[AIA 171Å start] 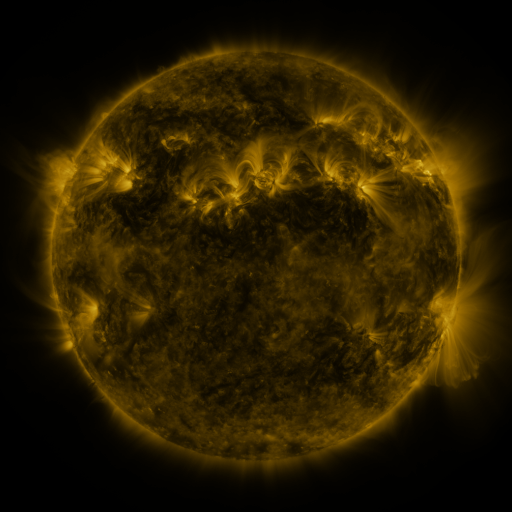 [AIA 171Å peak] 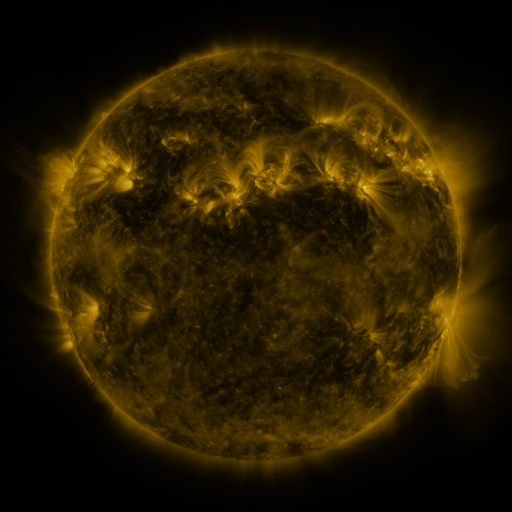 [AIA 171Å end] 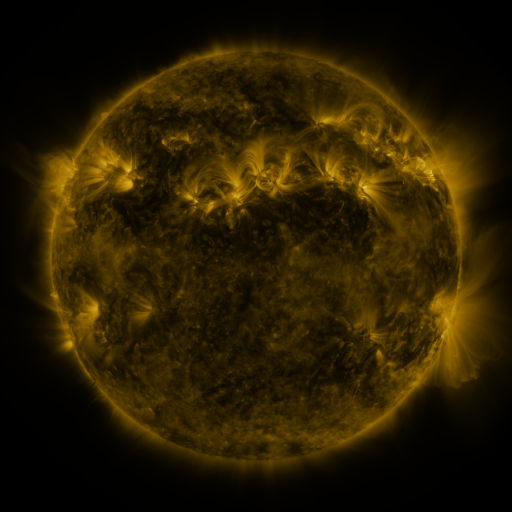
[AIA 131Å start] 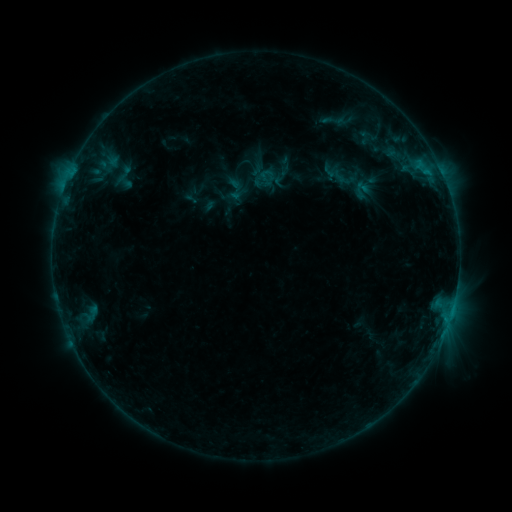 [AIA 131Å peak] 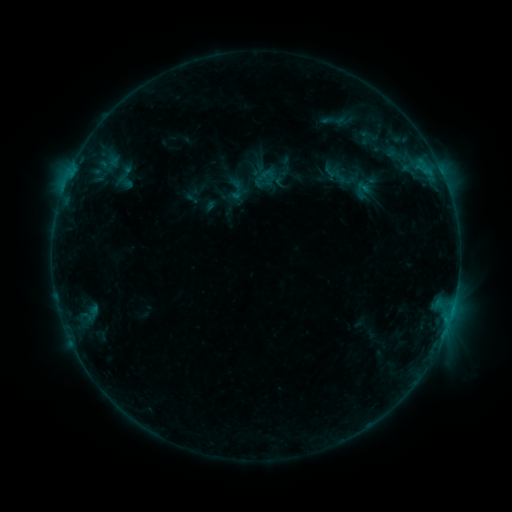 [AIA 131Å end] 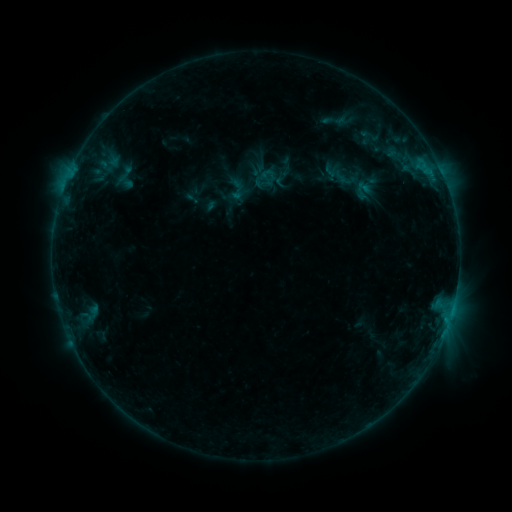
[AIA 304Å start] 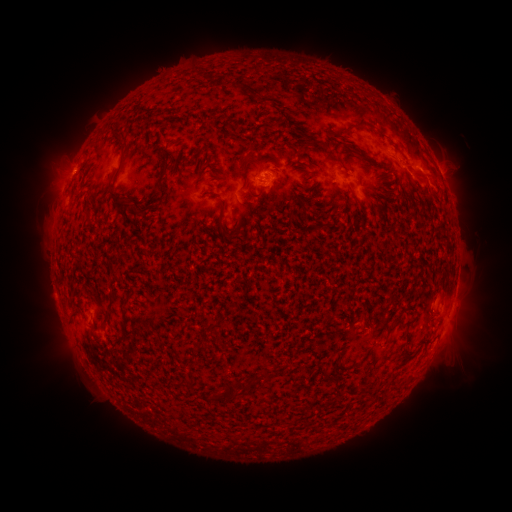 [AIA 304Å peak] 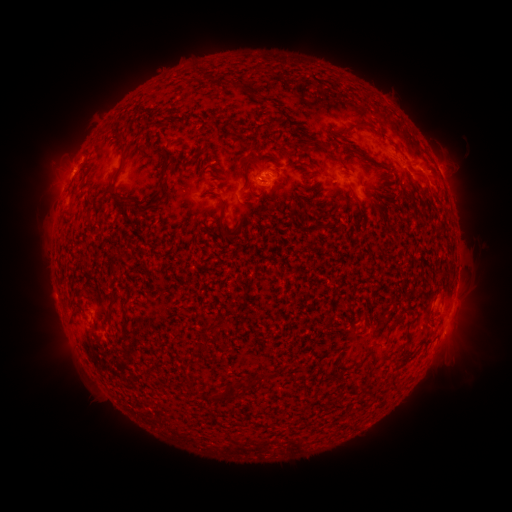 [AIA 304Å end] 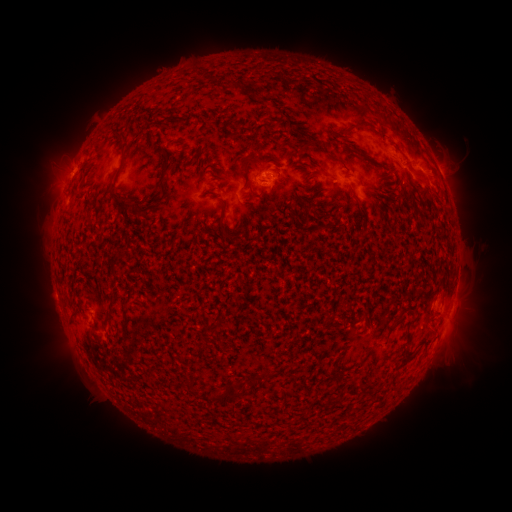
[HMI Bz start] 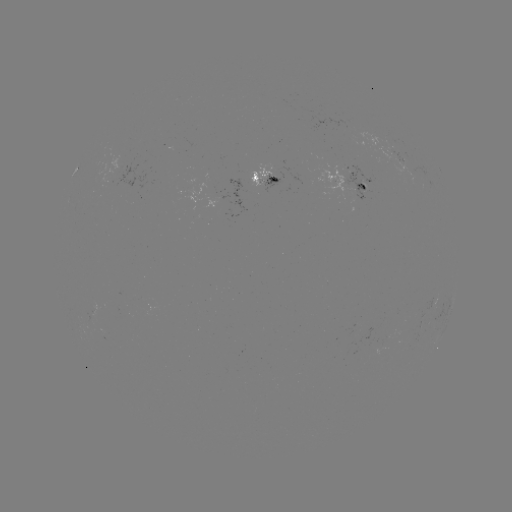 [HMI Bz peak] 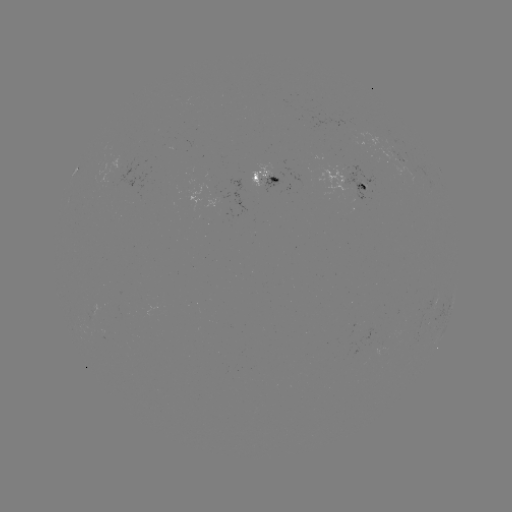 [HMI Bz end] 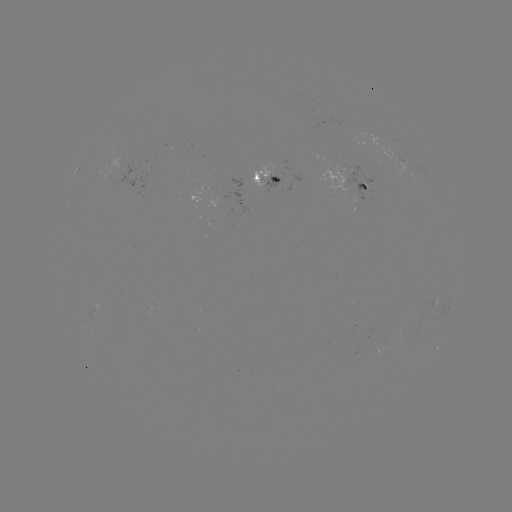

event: emerging-flux region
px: (221, 199)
